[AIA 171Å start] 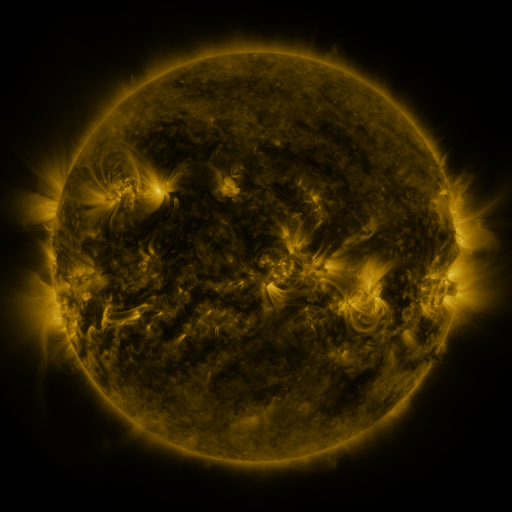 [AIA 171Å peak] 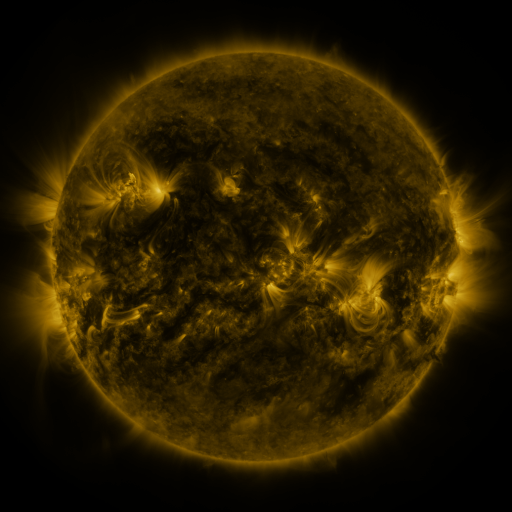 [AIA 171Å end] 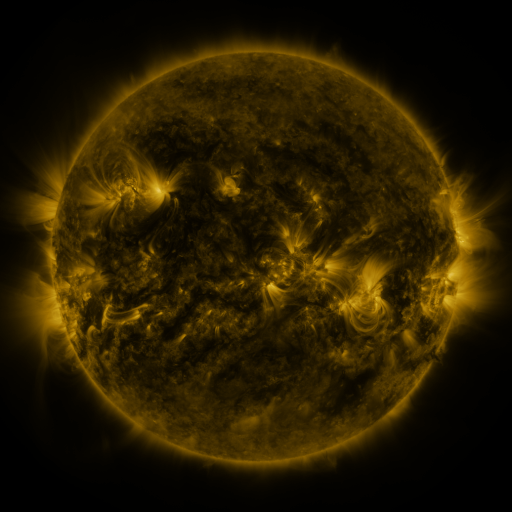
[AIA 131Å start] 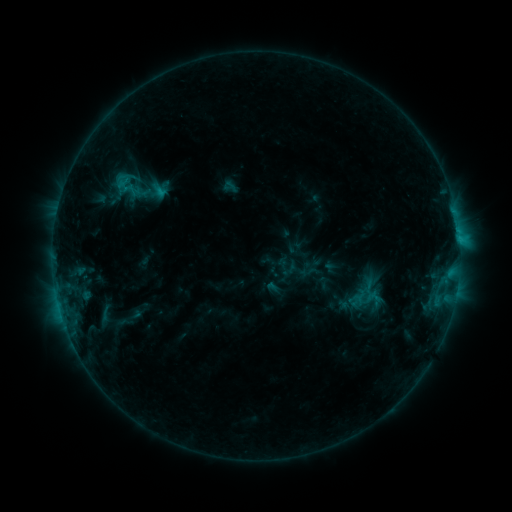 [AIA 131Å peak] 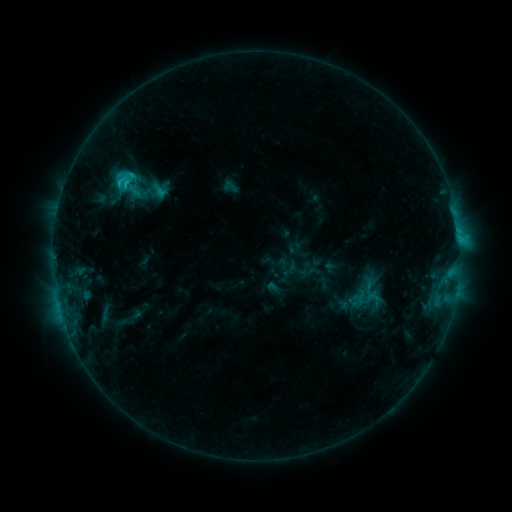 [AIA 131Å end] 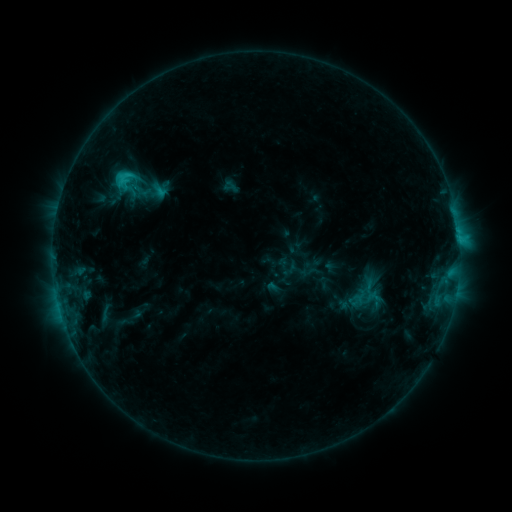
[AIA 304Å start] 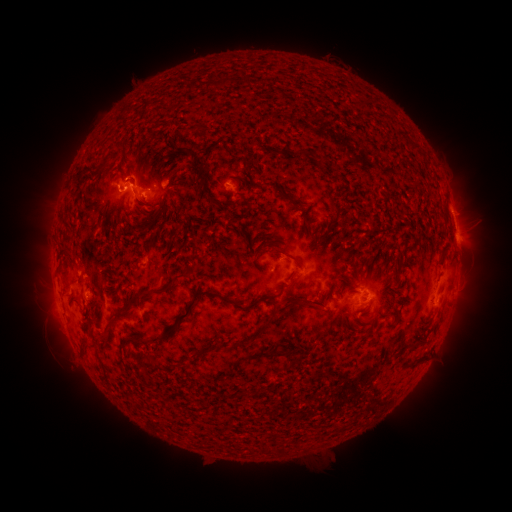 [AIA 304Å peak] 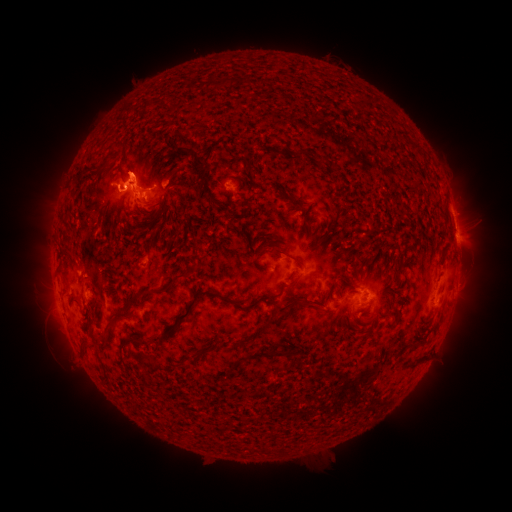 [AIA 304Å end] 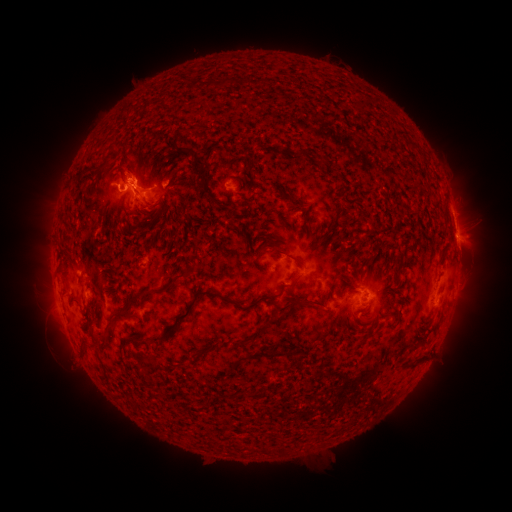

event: flare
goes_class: C2.2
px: (127, 181)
